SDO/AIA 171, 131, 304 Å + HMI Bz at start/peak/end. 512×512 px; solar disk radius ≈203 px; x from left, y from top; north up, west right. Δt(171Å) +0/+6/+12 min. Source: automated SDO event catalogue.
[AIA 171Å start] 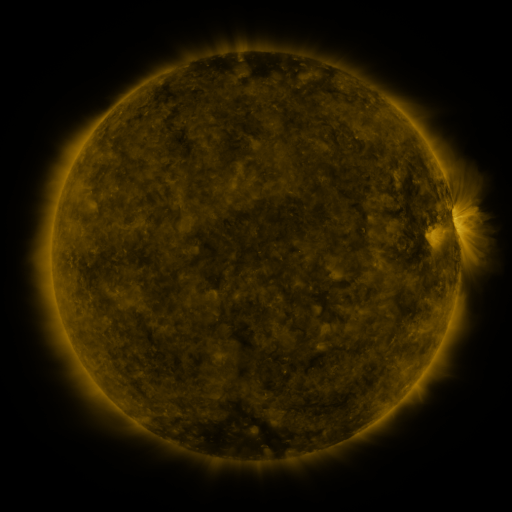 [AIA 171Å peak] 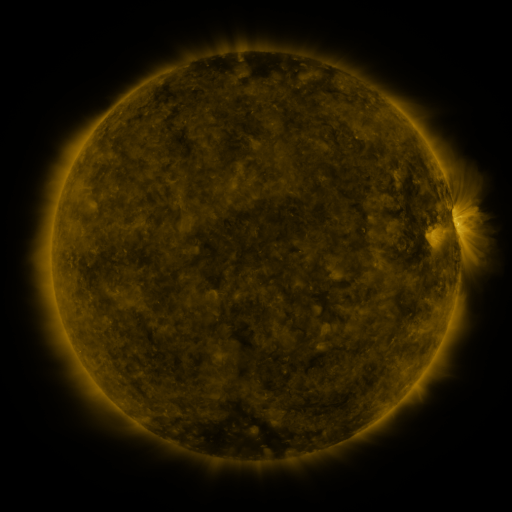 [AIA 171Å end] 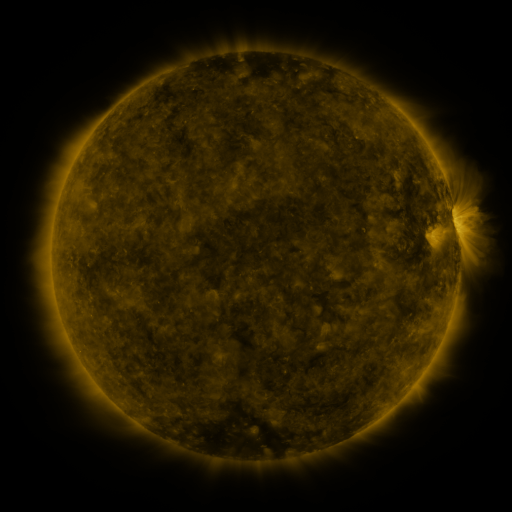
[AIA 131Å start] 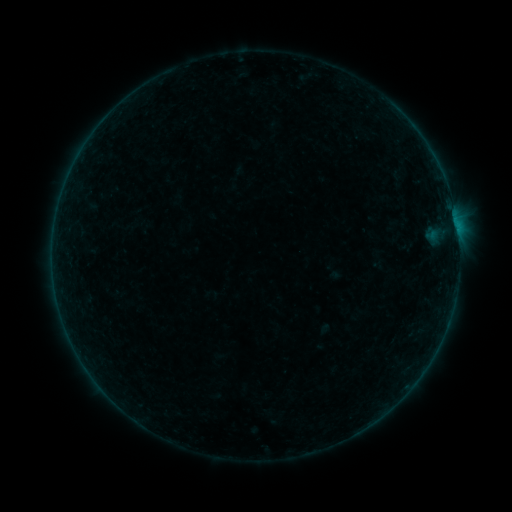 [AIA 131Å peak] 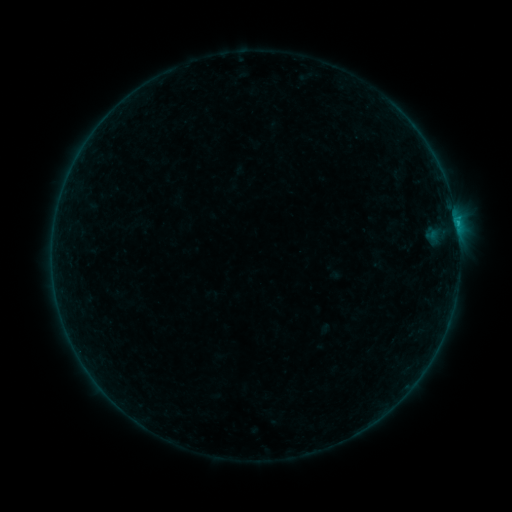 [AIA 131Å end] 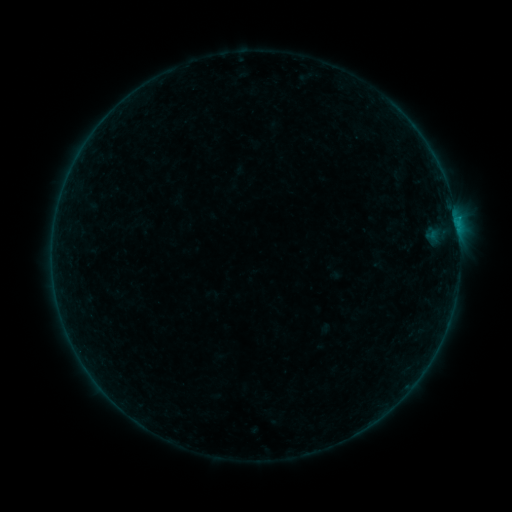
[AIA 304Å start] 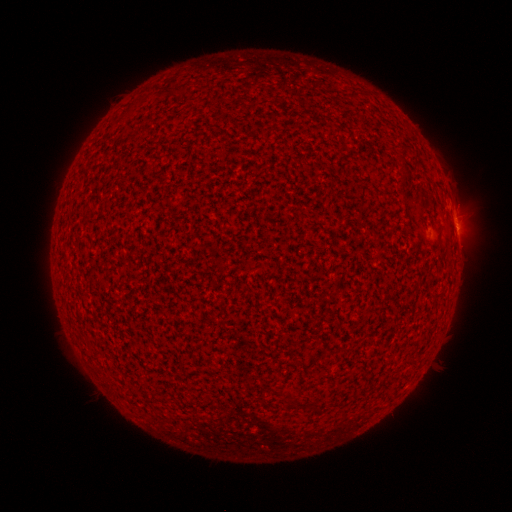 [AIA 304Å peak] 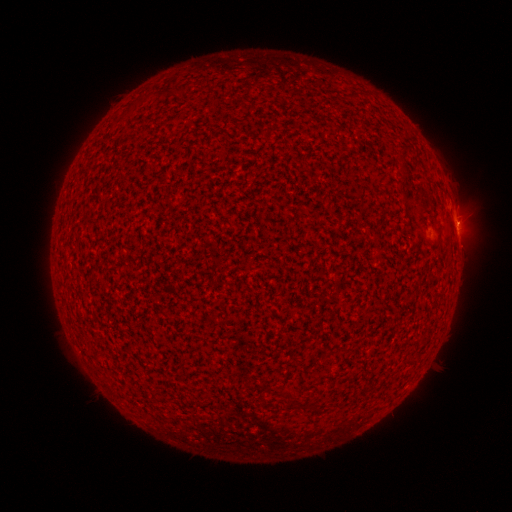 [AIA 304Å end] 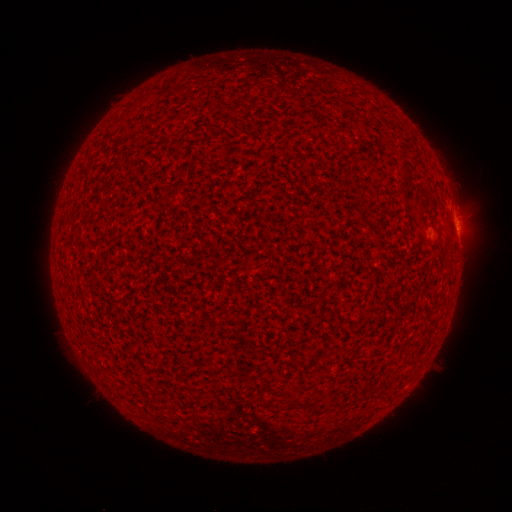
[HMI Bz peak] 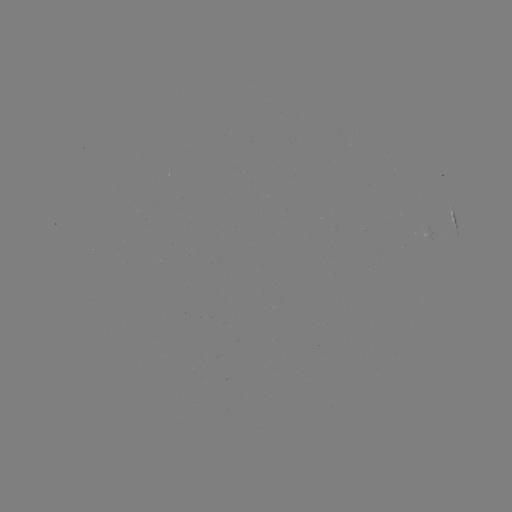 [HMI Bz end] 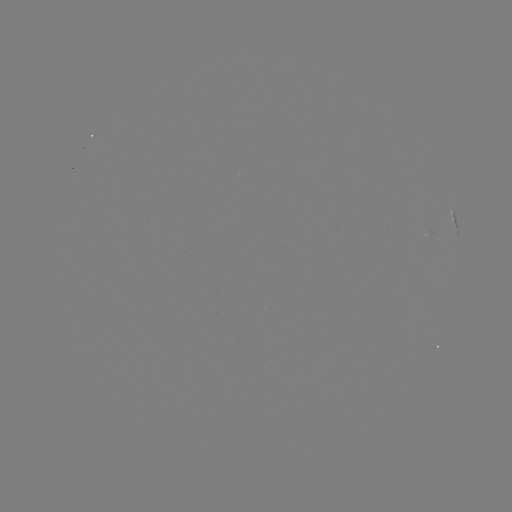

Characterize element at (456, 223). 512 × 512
B2.6 flare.